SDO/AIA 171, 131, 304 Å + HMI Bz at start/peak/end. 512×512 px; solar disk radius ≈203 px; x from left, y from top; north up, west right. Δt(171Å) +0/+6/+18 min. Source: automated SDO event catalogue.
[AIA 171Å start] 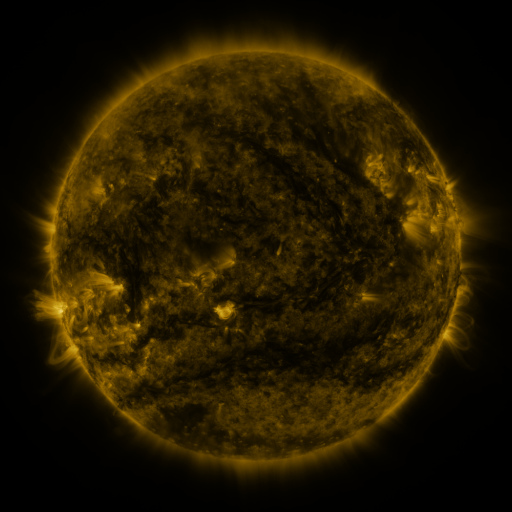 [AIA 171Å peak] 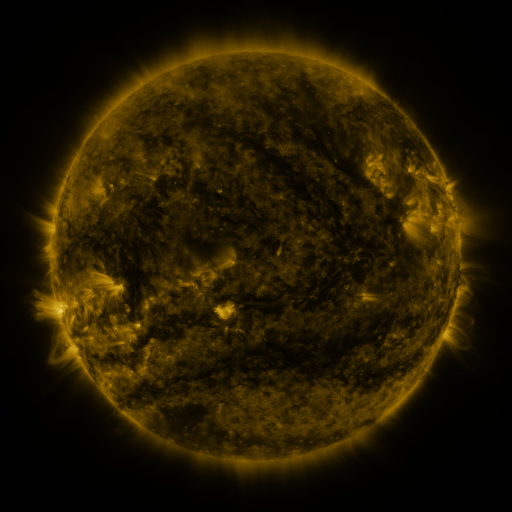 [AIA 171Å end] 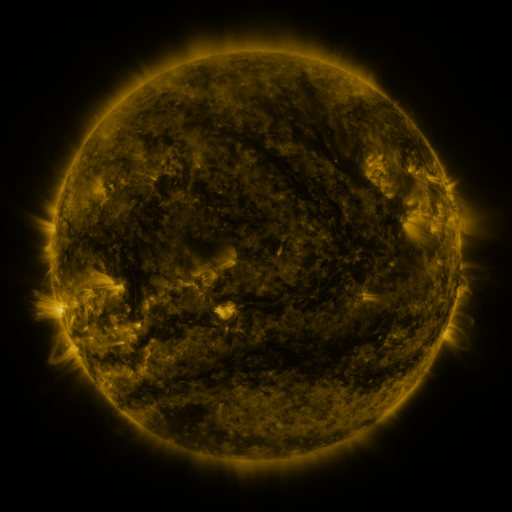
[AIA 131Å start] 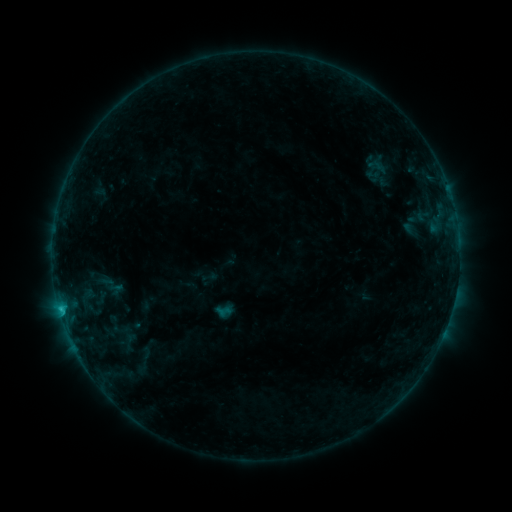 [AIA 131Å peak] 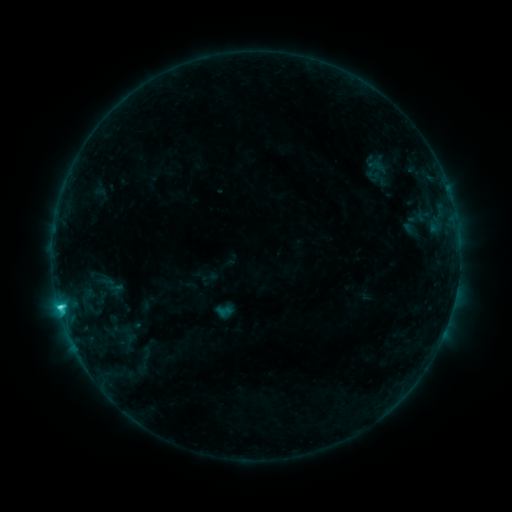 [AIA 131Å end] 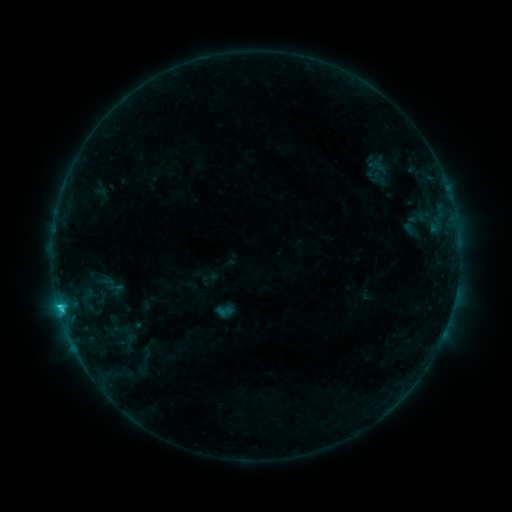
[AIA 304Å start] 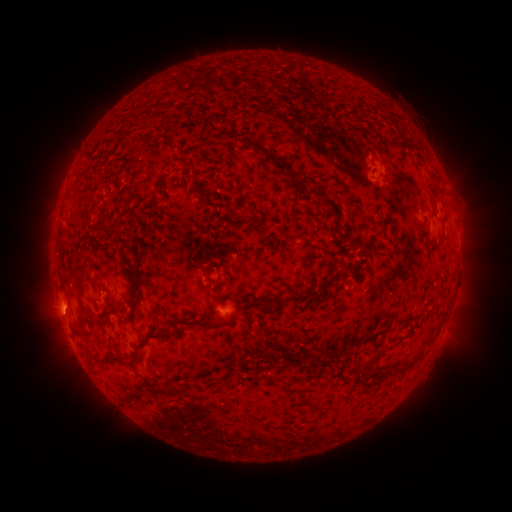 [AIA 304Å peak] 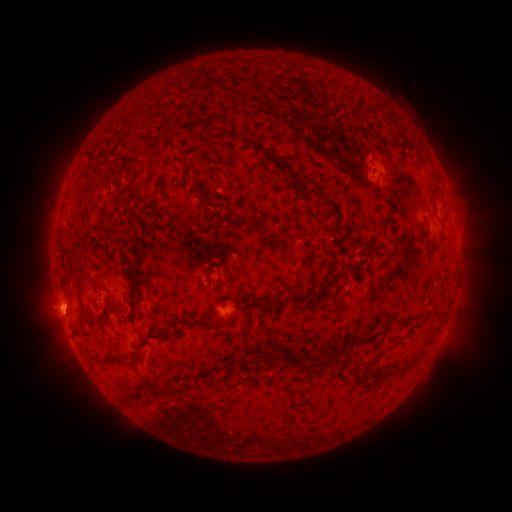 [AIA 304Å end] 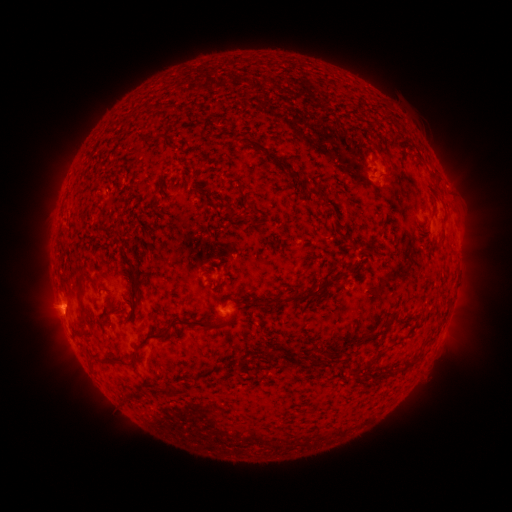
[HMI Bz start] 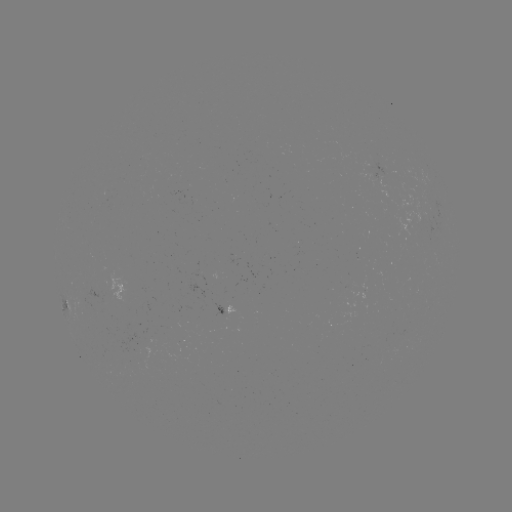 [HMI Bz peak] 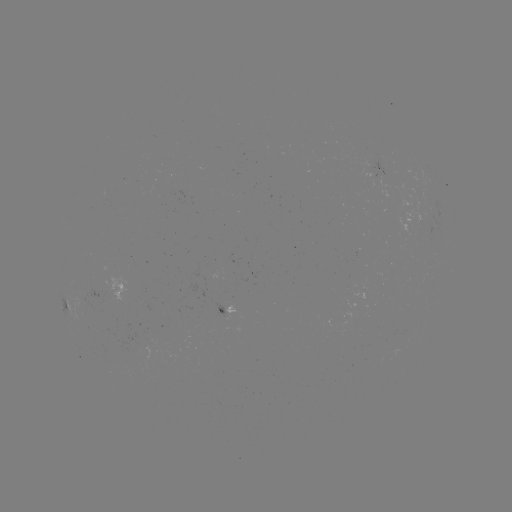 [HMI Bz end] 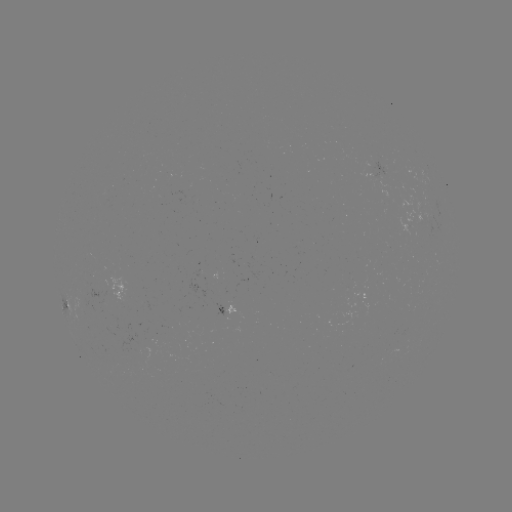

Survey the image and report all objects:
C2.3 flare: (61, 306)
